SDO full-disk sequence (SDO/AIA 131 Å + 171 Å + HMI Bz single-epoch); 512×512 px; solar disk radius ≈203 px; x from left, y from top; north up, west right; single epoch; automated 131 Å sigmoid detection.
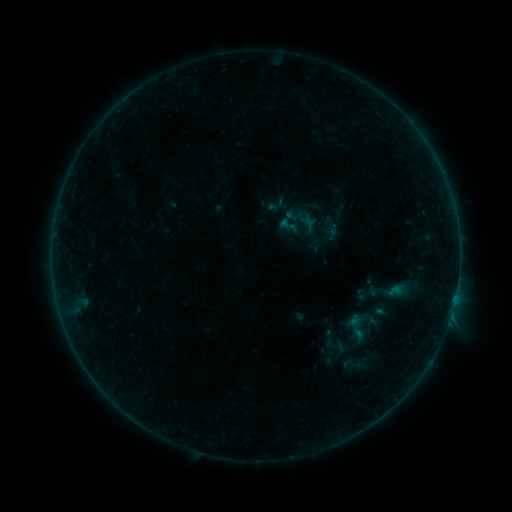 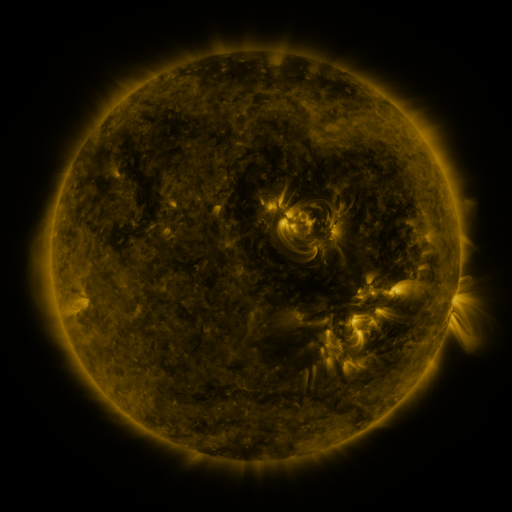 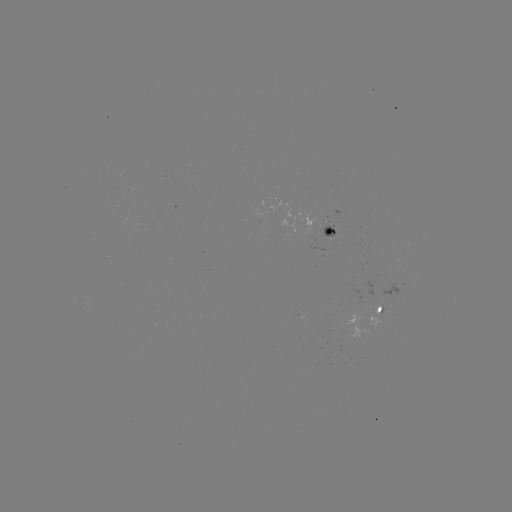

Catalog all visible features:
sigmoid: (360, 327)
sigmoid: (330, 340)
sigmoid: (354, 364)
